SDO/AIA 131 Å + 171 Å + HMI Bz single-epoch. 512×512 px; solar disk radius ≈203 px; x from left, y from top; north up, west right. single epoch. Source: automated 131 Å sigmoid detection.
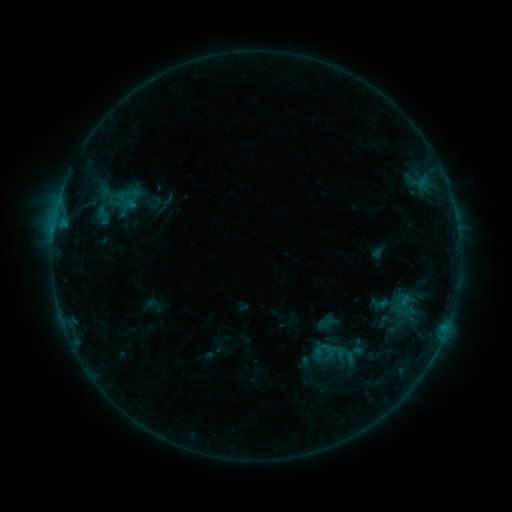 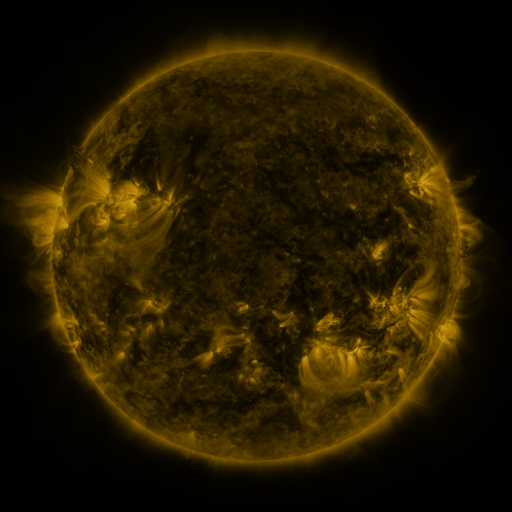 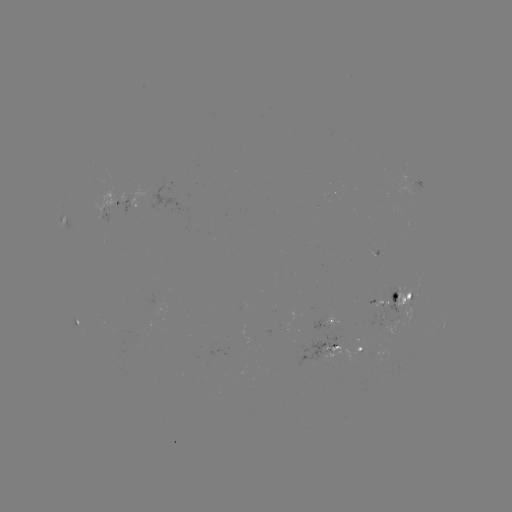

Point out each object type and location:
sigmoid: [120, 188, 138, 209]
sigmoid: [392, 292, 417, 318]
